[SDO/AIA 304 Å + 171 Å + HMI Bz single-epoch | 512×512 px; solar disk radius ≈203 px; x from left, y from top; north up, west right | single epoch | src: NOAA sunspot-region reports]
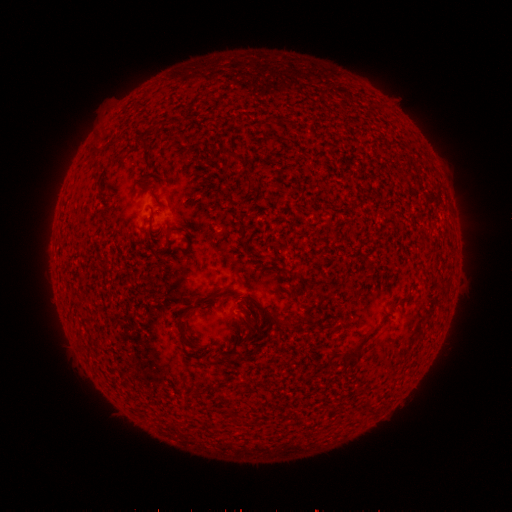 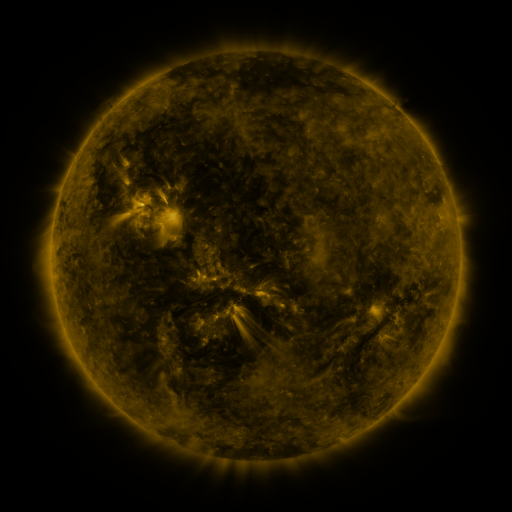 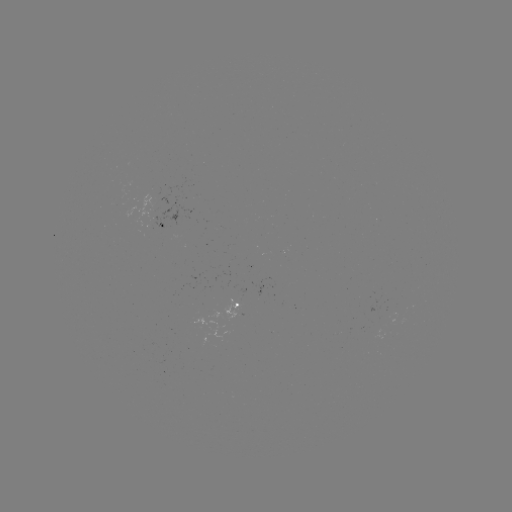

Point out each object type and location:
spotted active region: (165, 228)
spotted active region: (241, 304)
